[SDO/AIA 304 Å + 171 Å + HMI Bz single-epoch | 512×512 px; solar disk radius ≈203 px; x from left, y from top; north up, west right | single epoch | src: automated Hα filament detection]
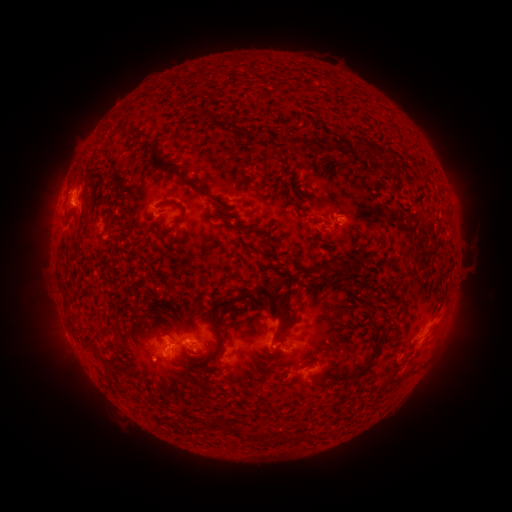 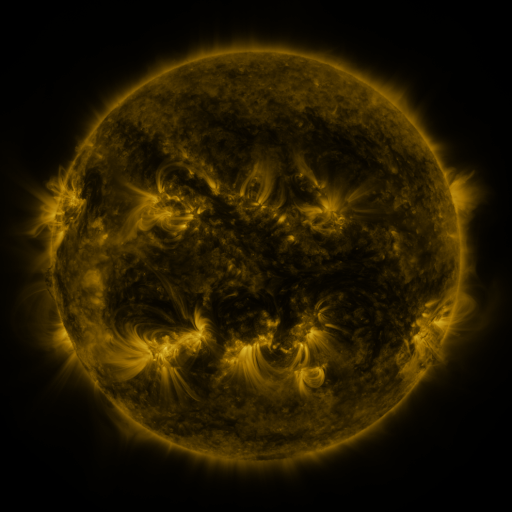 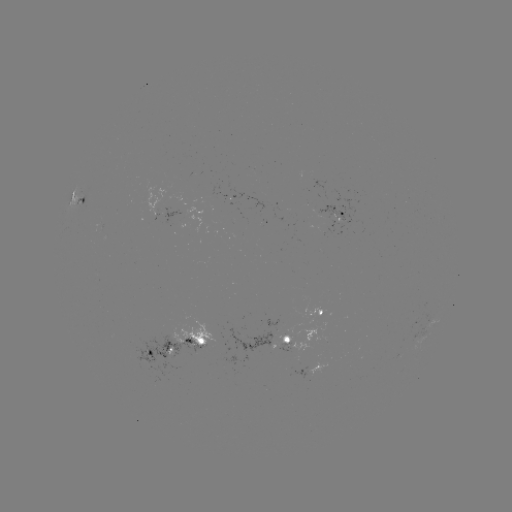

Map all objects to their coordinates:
filament: [213, 113, 224, 123]
filament: [229, 125, 243, 132]
filament: [250, 128, 261, 138]
filament: [361, 141, 390, 160]
filament: [417, 161, 431, 184]
filament: [169, 168, 205, 195]
filament: [297, 180, 306, 188]
filament: [297, 190, 310, 198]
filament: [159, 201, 186, 226]
filament: [229, 222, 260, 234]
filament: [307, 257, 352, 275]
filament: [252, 285, 286, 339]
filament: [236, 292, 248, 300]
filament: [63, 298, 70, 312]
filament: [373, 334, 384, 343]
filament: [84, 336, 100, 353]
filament: [215, 336, 225, 361]
filament: [339, 342, 381, 384]
filament: [277, 348, 294, 361]
filament: [203, 363, 214, 372]
filament: [215, 416, 275, 444]
